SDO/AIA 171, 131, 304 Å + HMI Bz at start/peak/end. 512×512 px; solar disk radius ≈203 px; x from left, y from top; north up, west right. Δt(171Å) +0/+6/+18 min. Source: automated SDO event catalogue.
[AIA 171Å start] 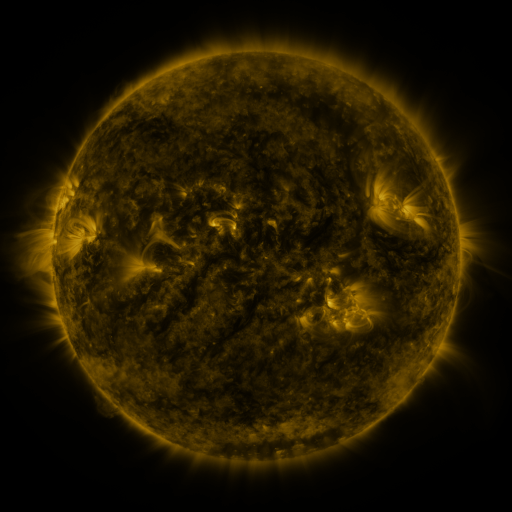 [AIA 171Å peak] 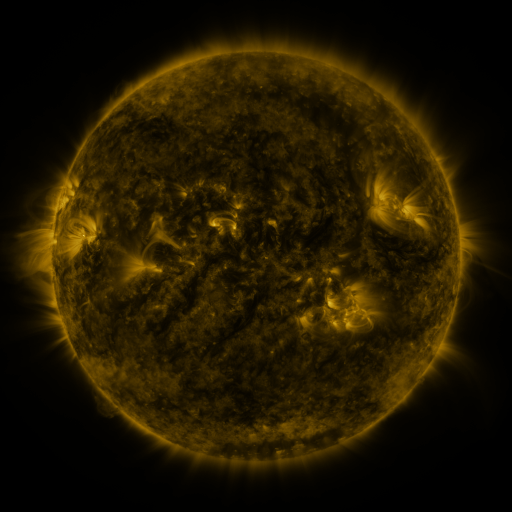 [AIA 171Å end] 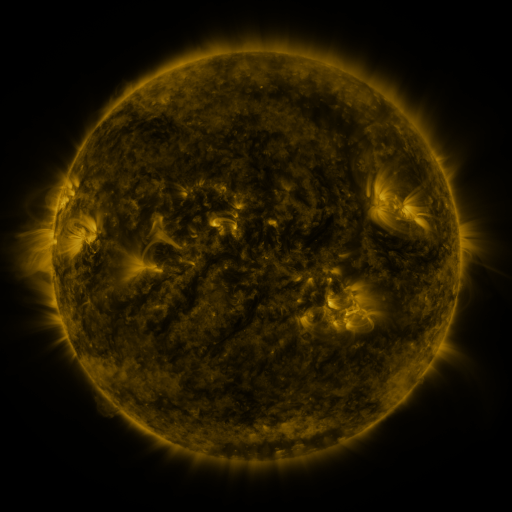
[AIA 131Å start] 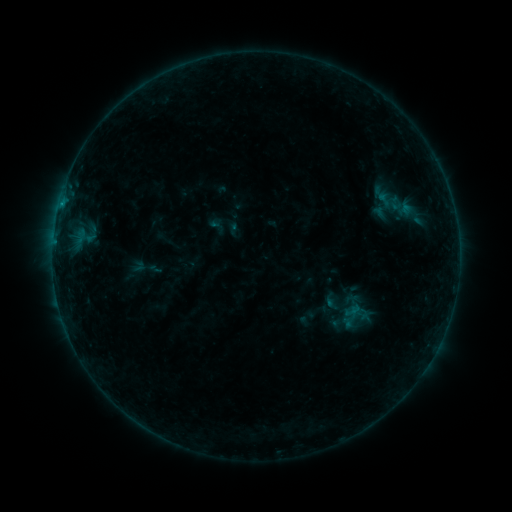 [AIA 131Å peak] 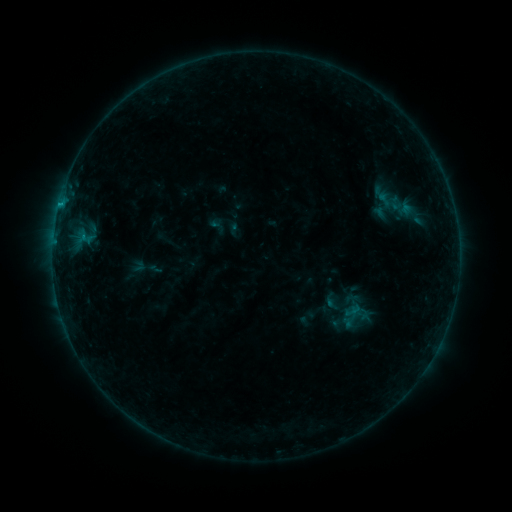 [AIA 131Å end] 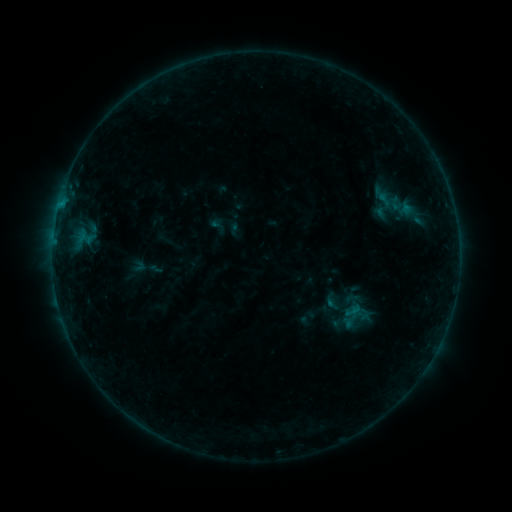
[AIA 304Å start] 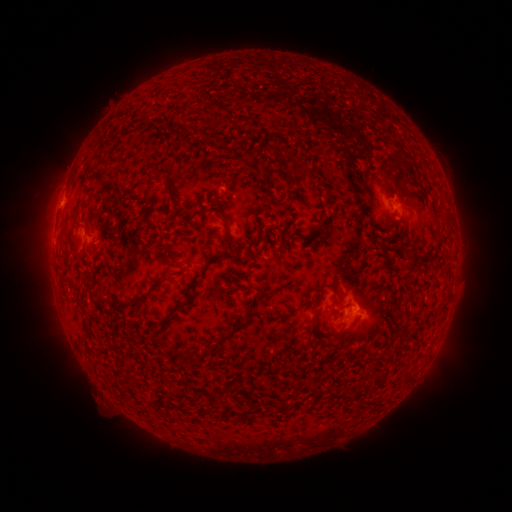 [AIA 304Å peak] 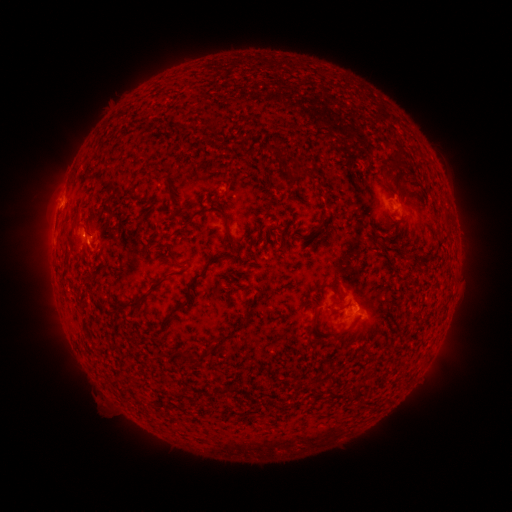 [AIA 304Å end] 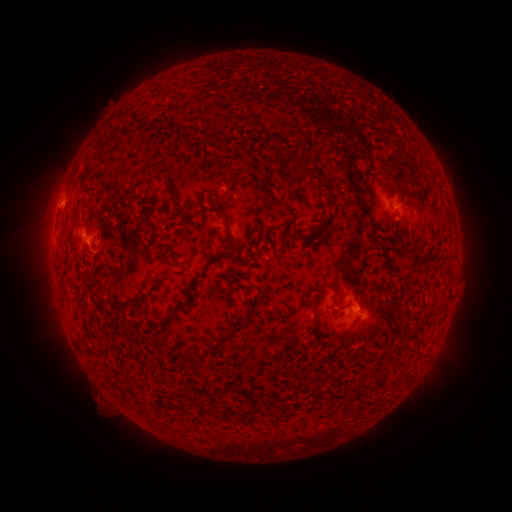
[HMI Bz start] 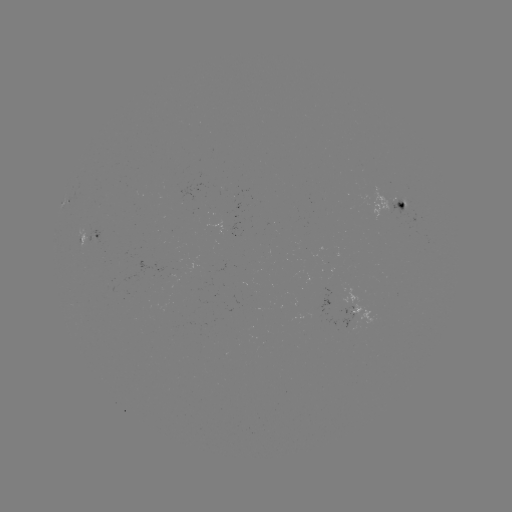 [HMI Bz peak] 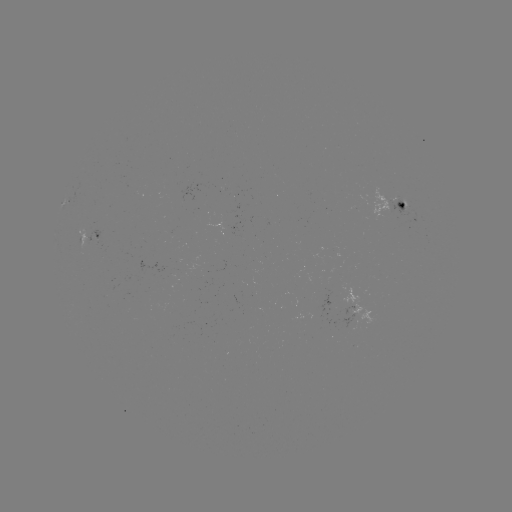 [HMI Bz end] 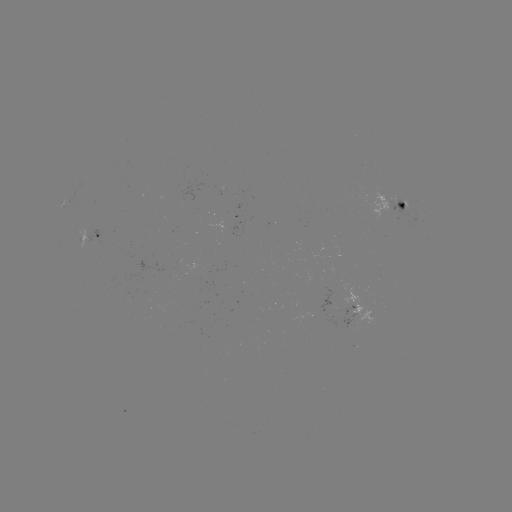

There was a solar flare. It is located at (60, 206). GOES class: B4.6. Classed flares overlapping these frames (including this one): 1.